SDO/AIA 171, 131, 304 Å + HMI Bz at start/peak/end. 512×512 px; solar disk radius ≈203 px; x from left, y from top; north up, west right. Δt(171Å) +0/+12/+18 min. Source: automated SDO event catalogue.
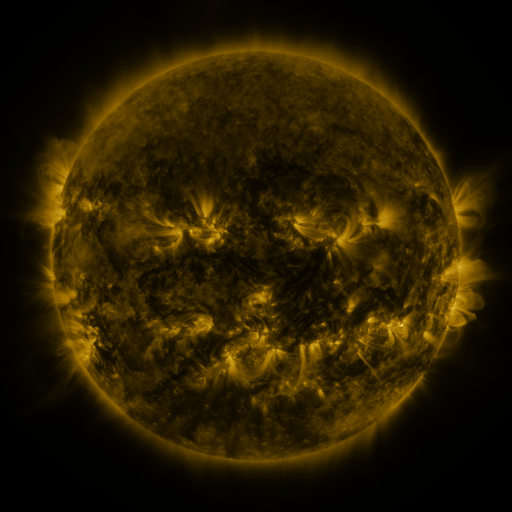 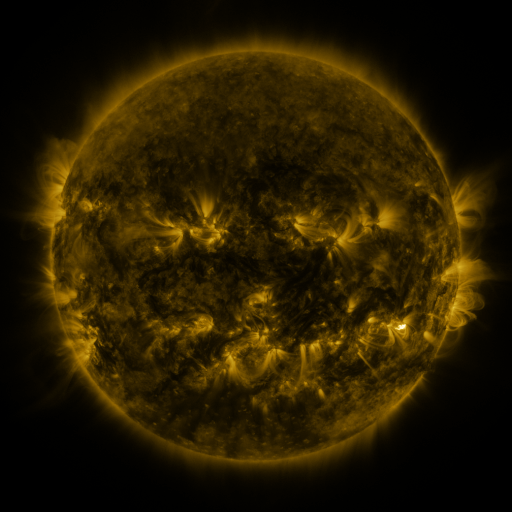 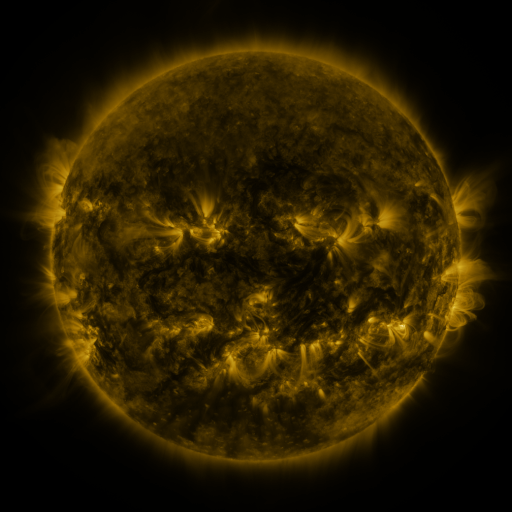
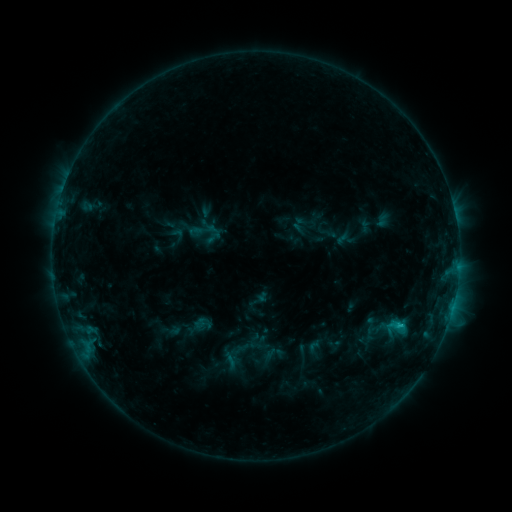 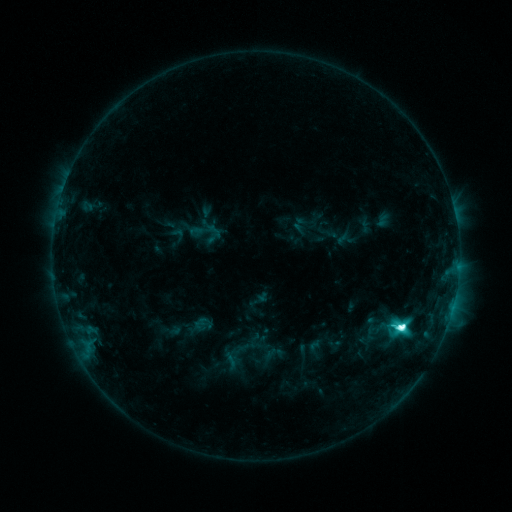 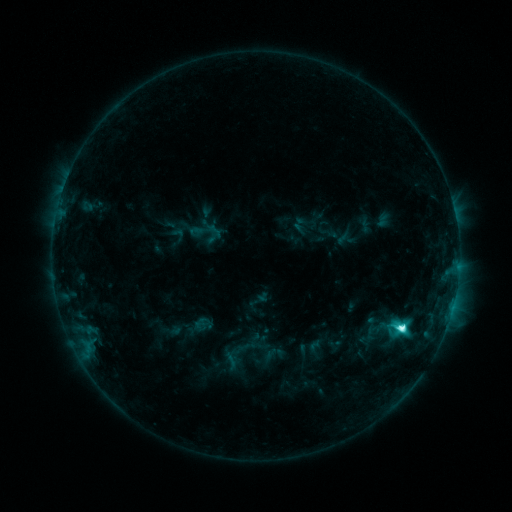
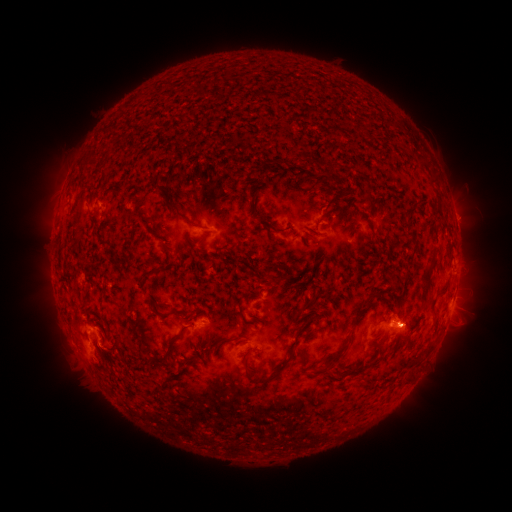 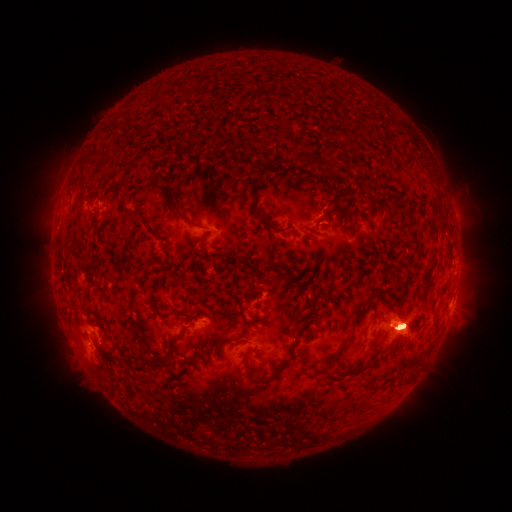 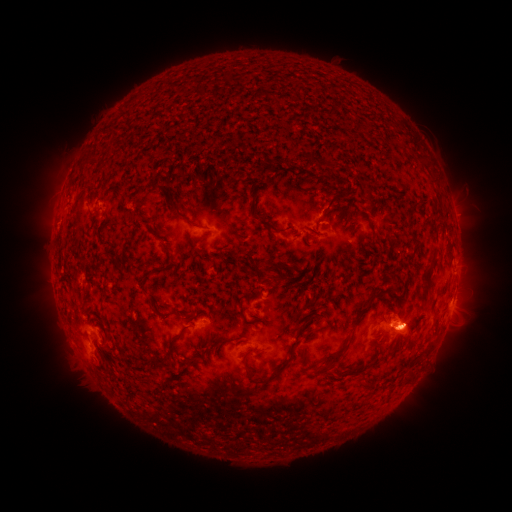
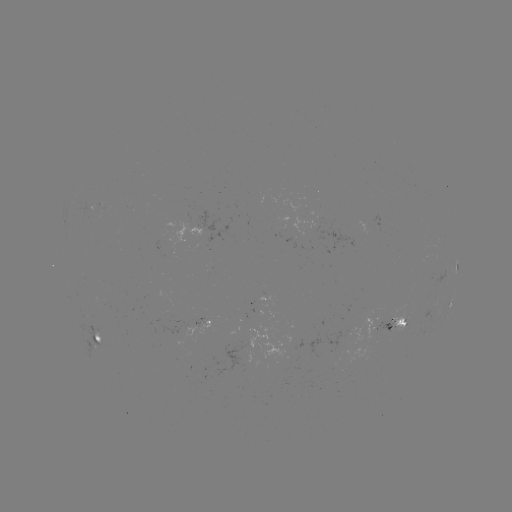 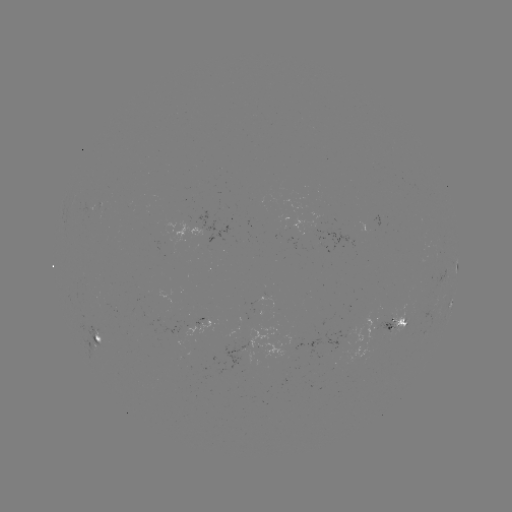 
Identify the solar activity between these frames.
M1.2 flare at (401, 326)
